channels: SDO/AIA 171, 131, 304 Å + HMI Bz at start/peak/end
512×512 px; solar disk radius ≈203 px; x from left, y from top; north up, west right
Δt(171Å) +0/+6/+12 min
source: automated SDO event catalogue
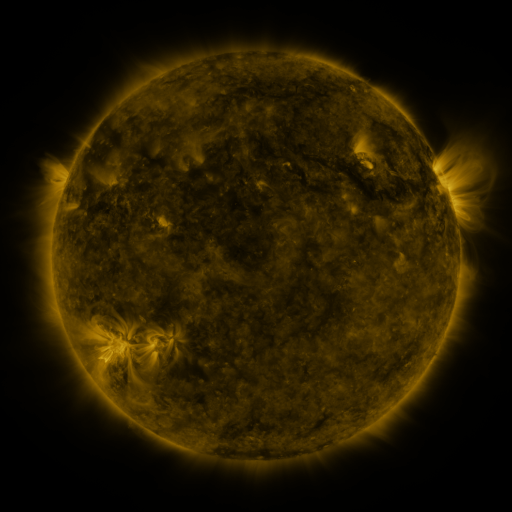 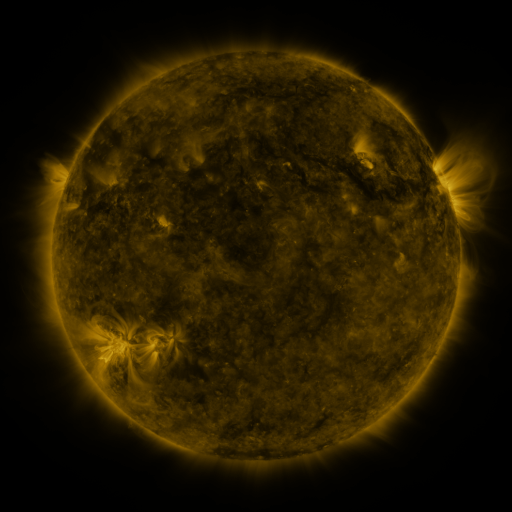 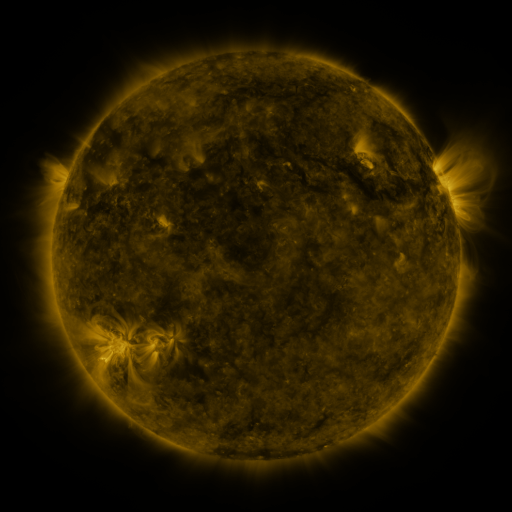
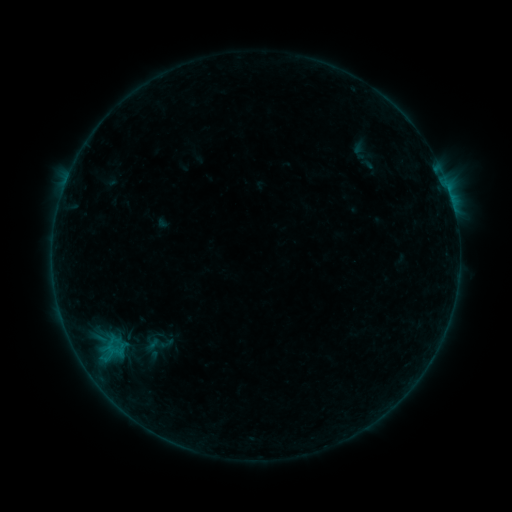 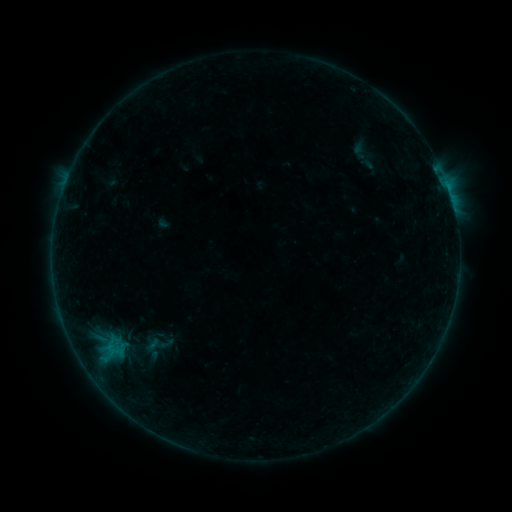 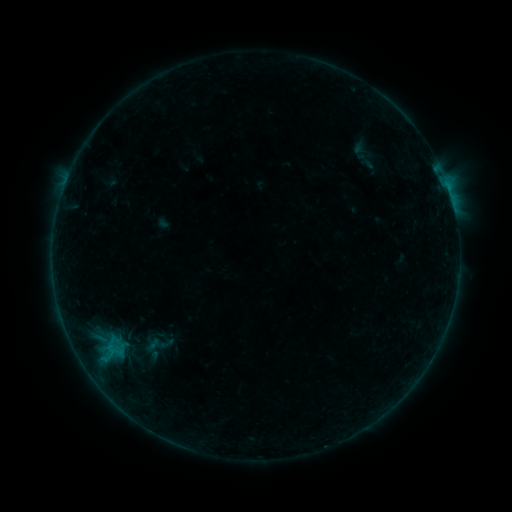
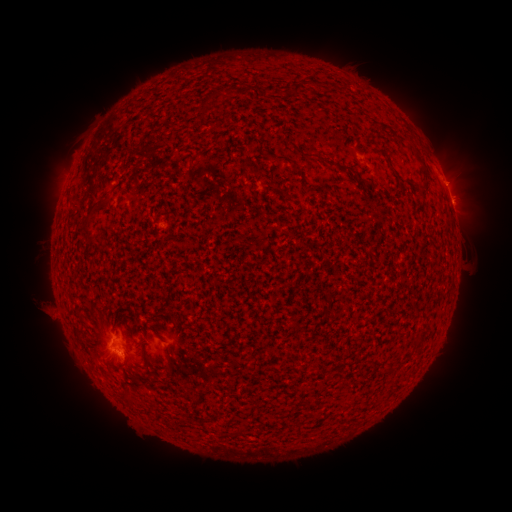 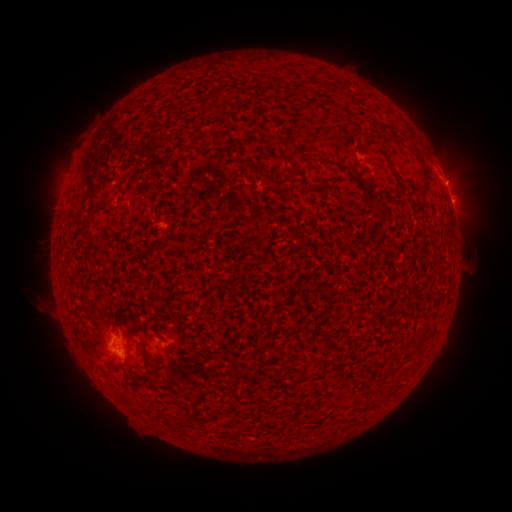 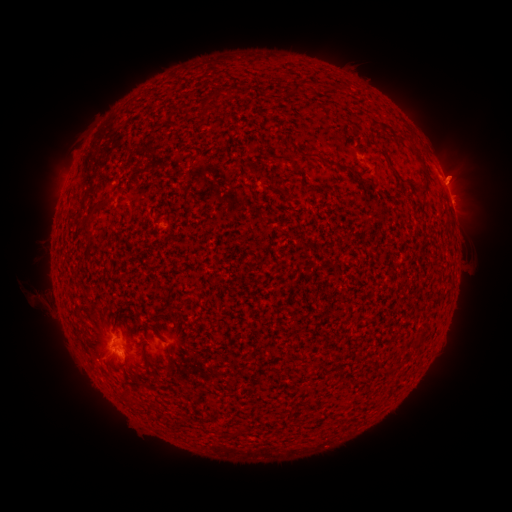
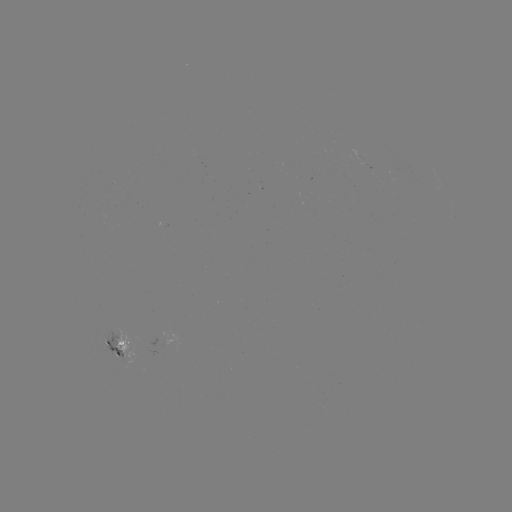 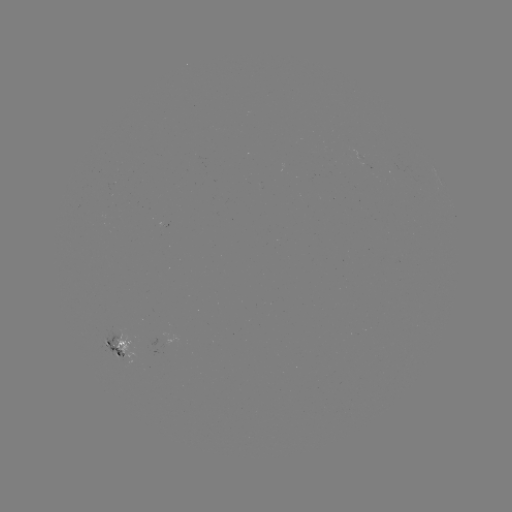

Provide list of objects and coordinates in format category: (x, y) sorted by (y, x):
eruption: (462, 171)
